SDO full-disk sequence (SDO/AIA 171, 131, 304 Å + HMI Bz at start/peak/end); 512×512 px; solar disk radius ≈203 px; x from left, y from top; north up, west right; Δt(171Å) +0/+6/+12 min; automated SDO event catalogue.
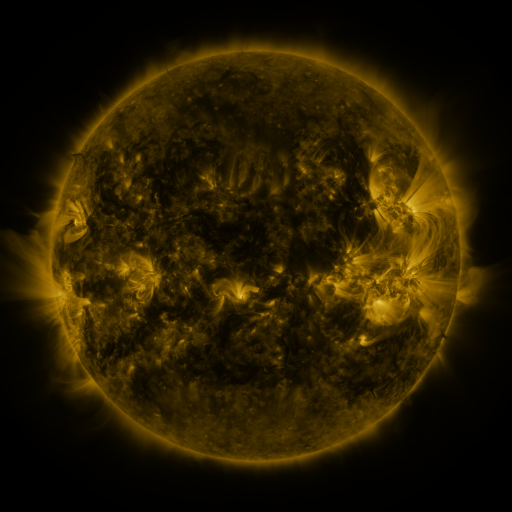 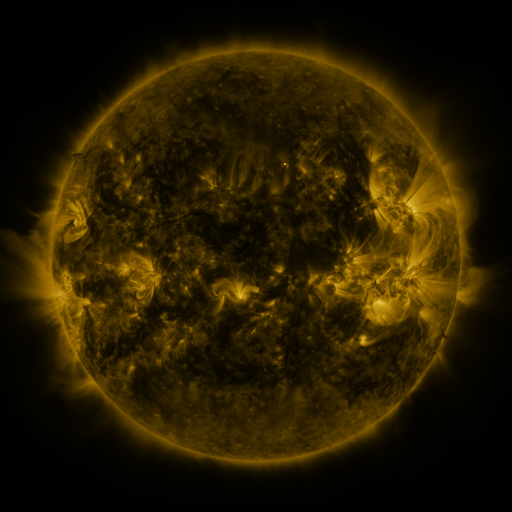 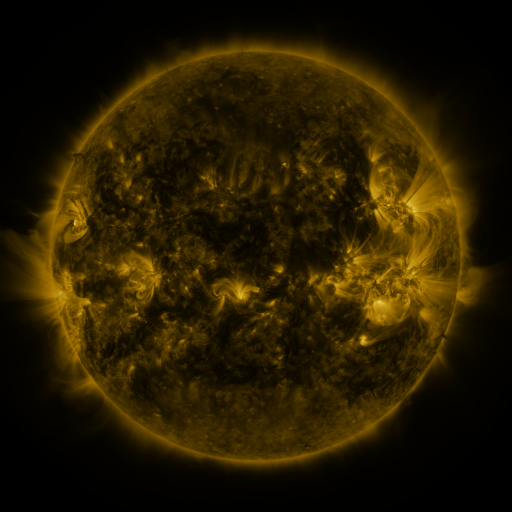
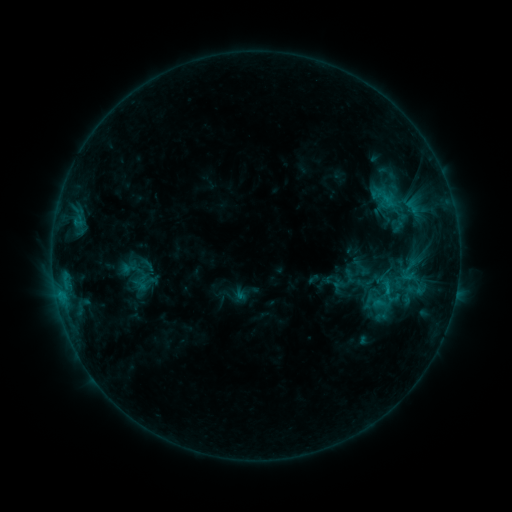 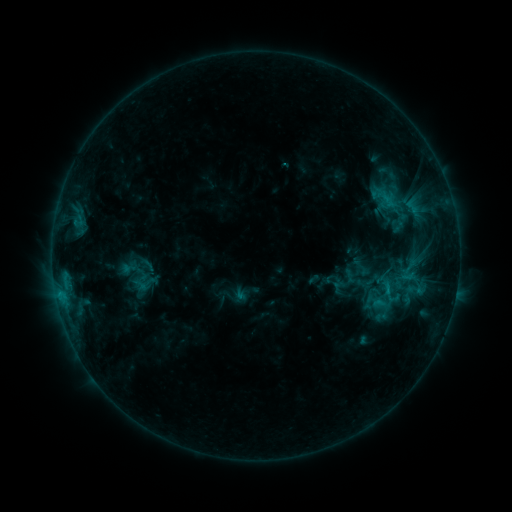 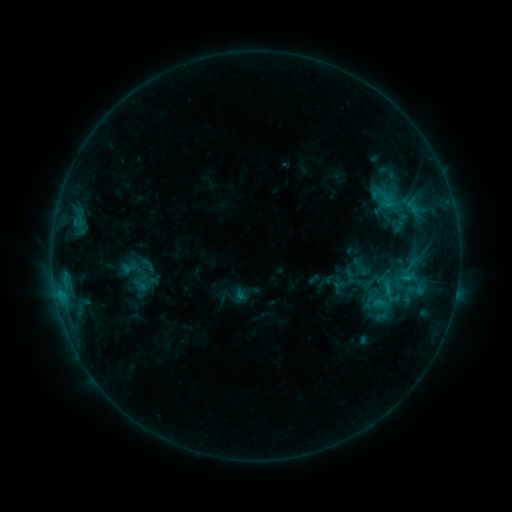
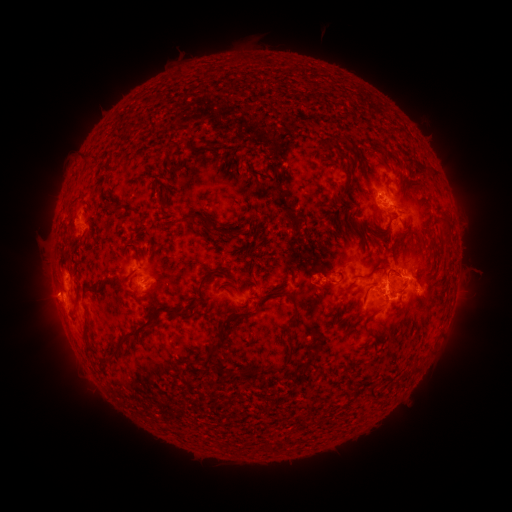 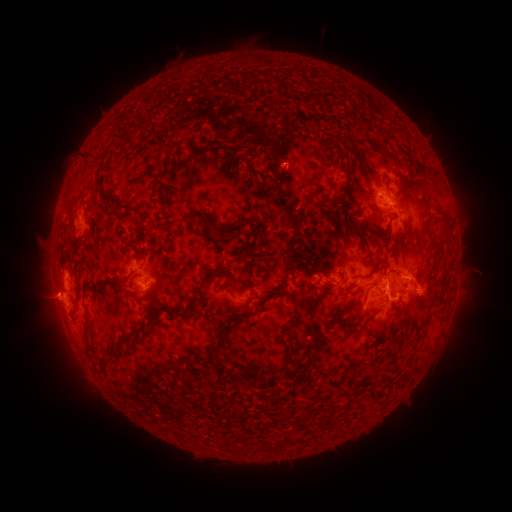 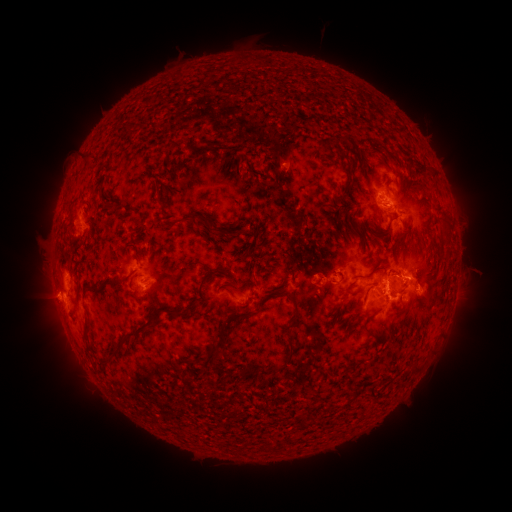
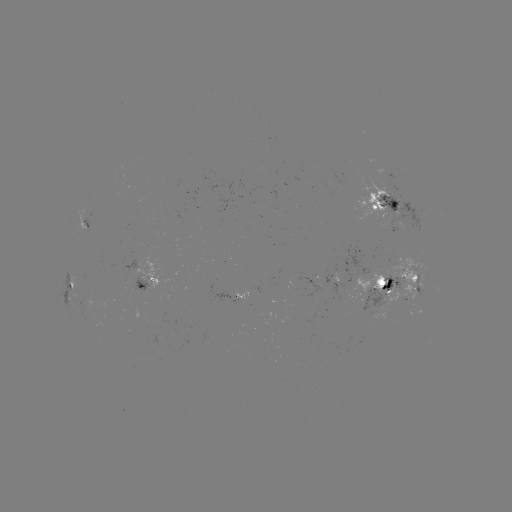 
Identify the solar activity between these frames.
eruption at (287, 164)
